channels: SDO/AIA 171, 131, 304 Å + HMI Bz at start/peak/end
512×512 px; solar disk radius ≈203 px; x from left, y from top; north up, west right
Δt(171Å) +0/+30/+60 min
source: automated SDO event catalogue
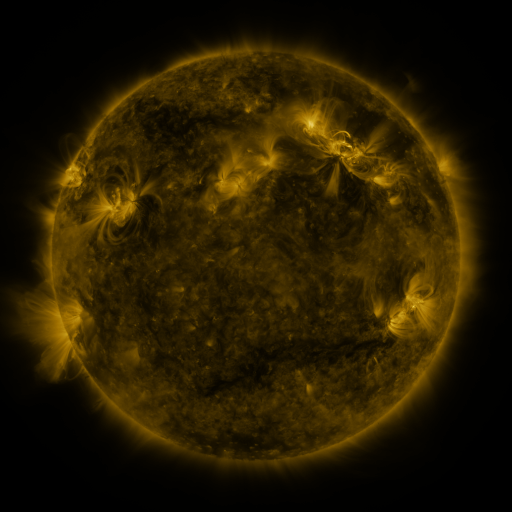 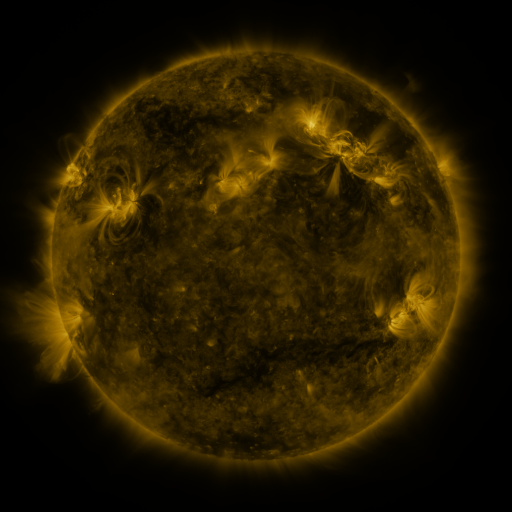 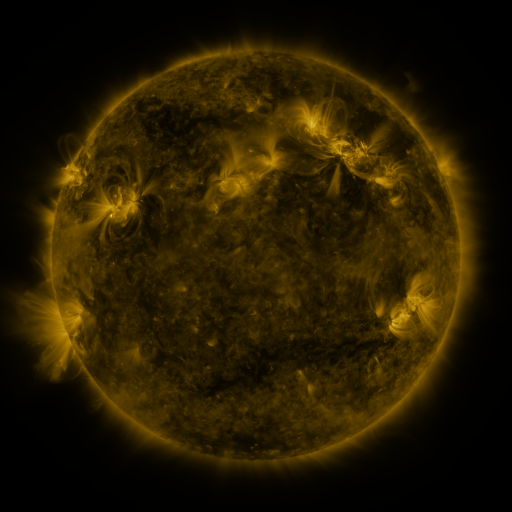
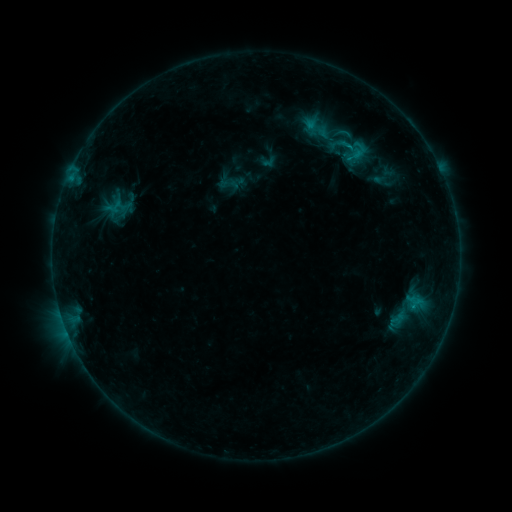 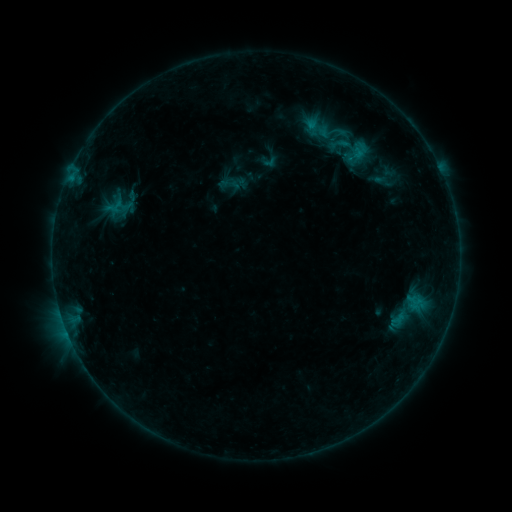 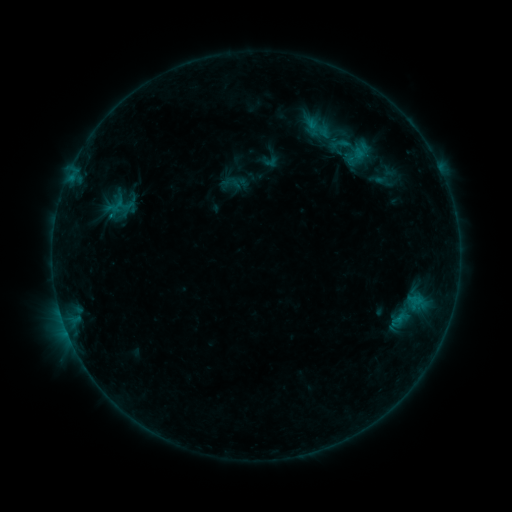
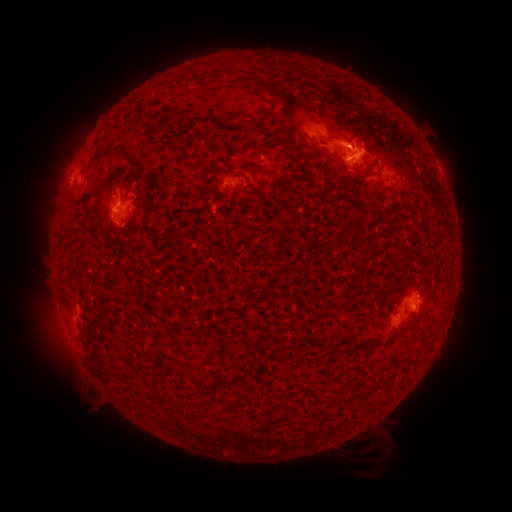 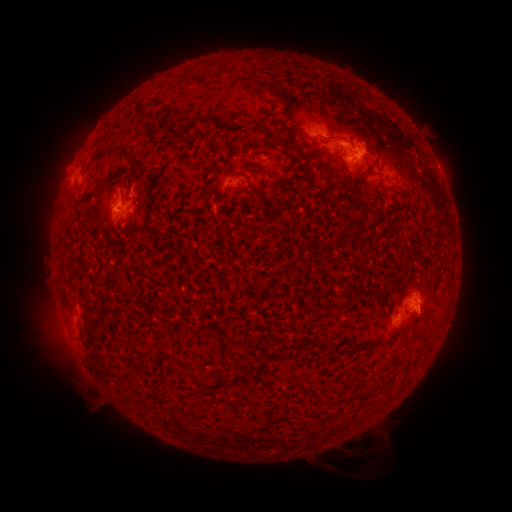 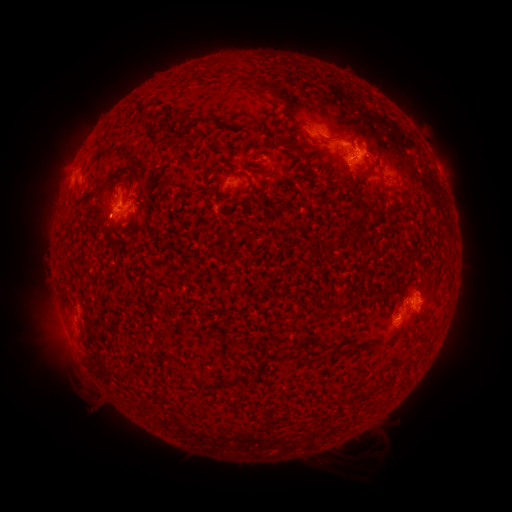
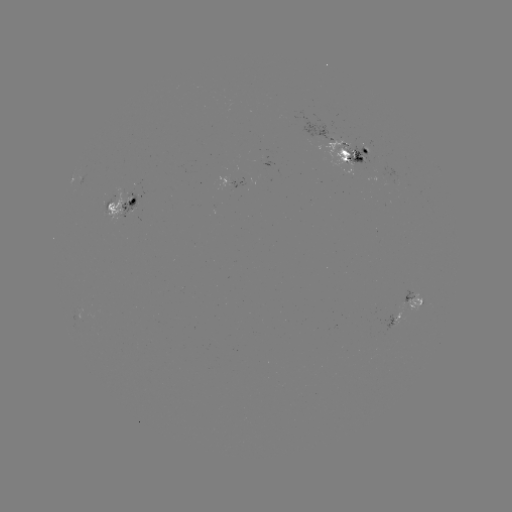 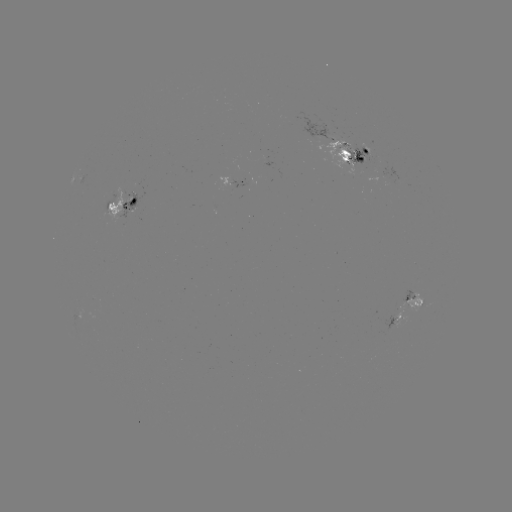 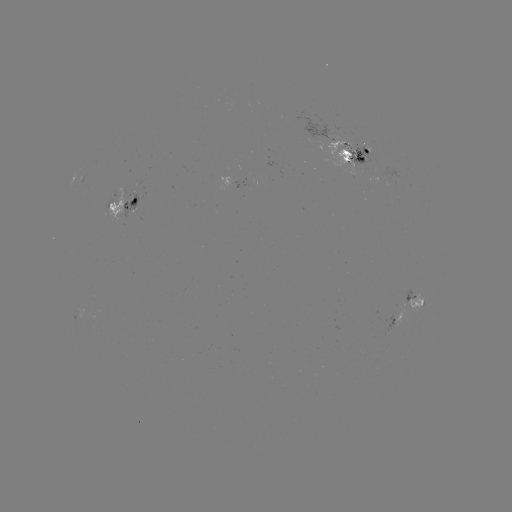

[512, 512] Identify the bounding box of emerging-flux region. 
[342, 145, 372, 167].